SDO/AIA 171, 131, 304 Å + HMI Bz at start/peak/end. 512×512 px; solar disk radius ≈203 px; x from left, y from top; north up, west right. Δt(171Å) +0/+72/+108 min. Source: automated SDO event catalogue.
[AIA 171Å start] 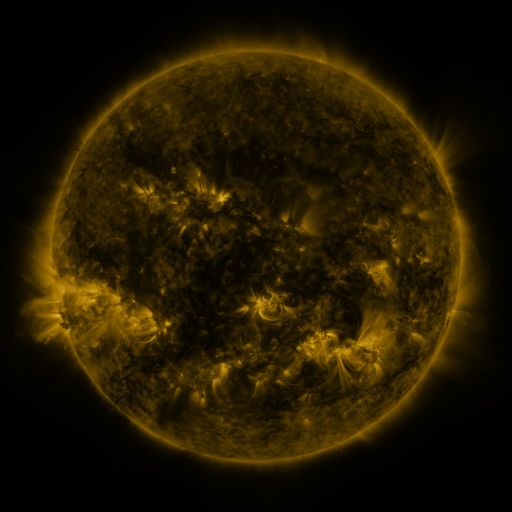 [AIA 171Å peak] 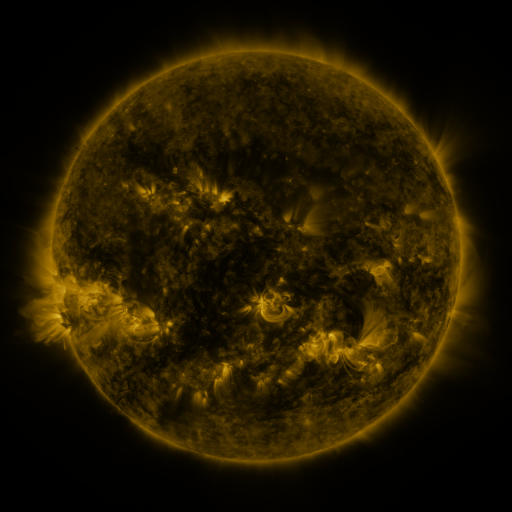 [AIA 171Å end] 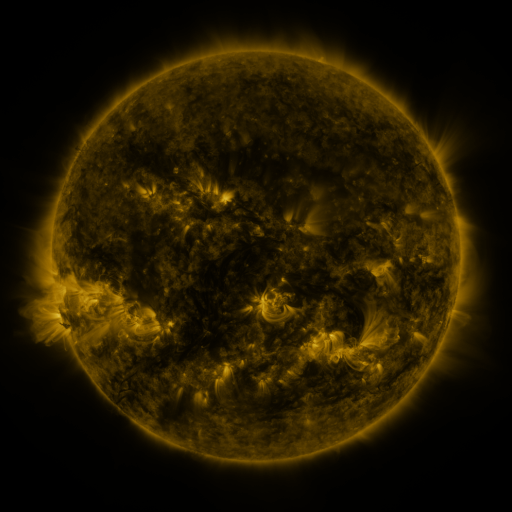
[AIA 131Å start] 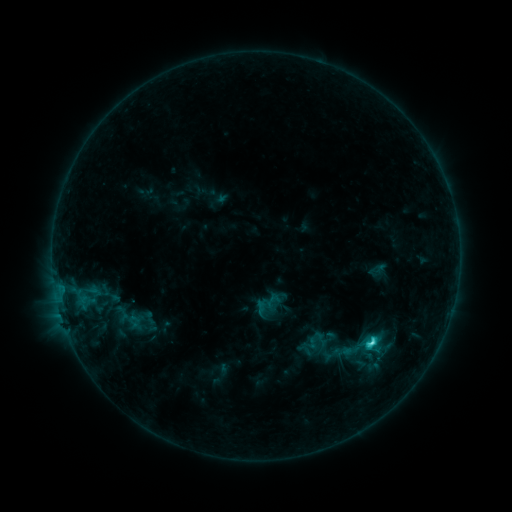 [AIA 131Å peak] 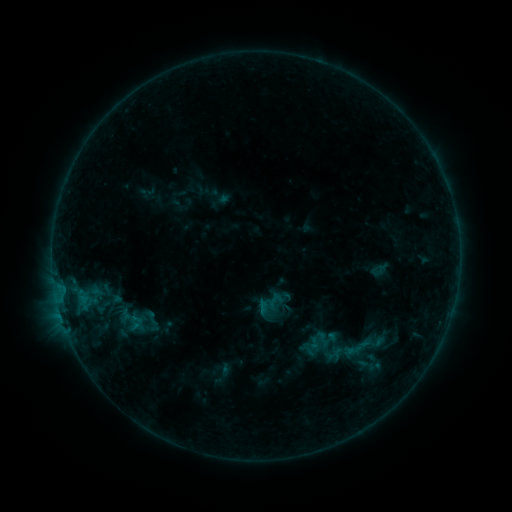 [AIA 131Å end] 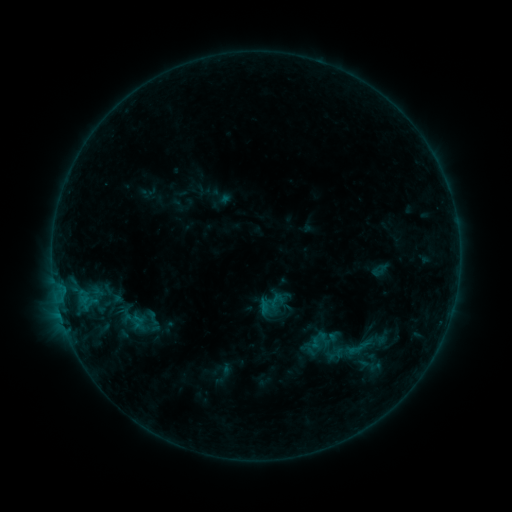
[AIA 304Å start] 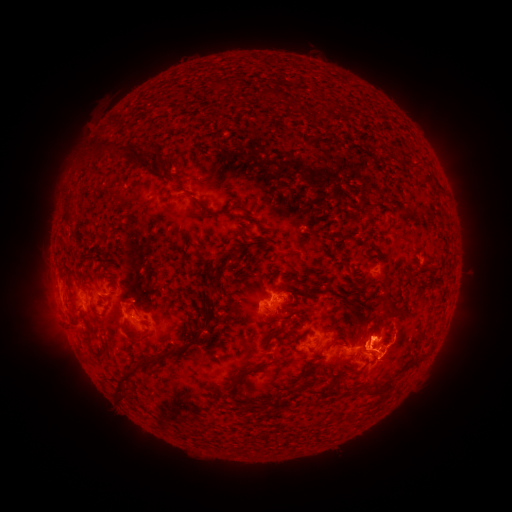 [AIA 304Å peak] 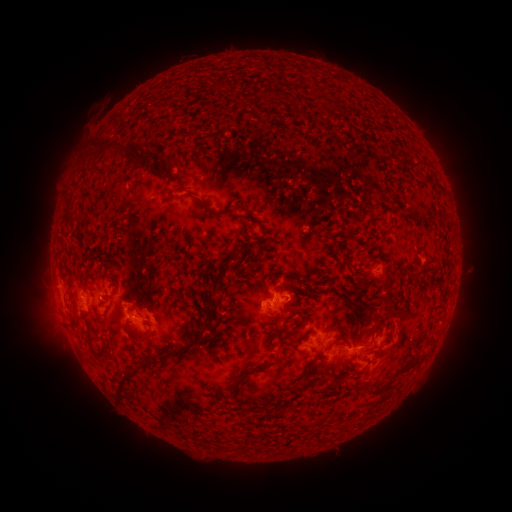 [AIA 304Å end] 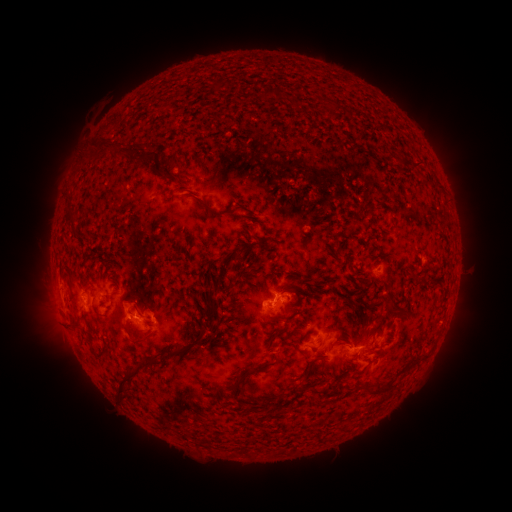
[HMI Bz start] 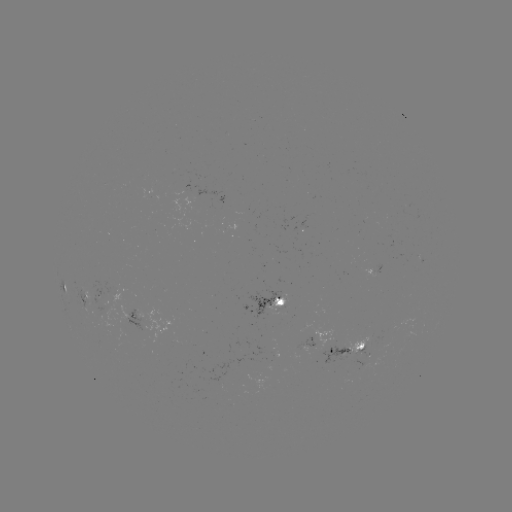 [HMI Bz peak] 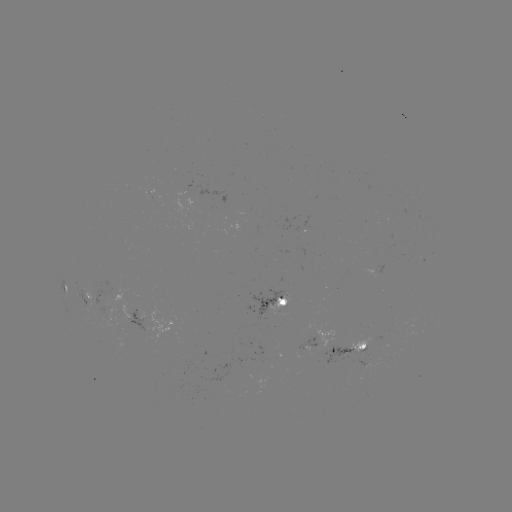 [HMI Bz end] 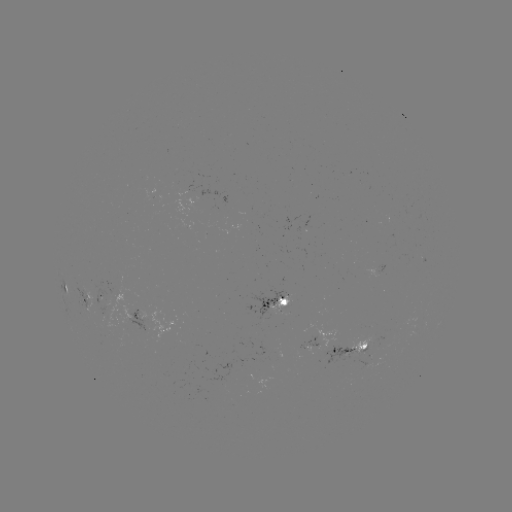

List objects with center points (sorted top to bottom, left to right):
emerging-flux region: (129, 327)
